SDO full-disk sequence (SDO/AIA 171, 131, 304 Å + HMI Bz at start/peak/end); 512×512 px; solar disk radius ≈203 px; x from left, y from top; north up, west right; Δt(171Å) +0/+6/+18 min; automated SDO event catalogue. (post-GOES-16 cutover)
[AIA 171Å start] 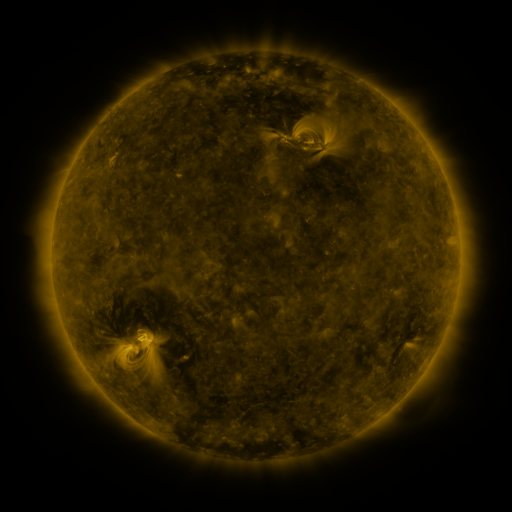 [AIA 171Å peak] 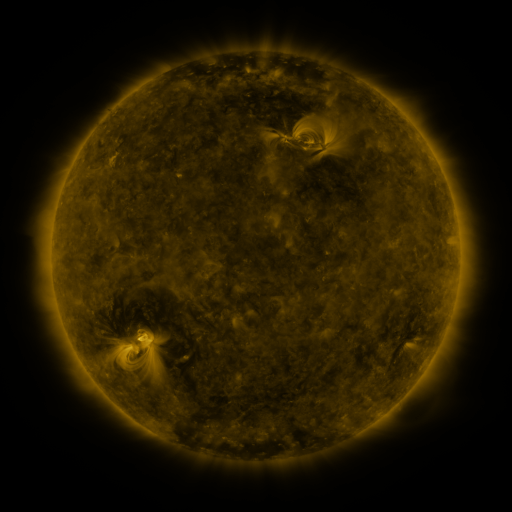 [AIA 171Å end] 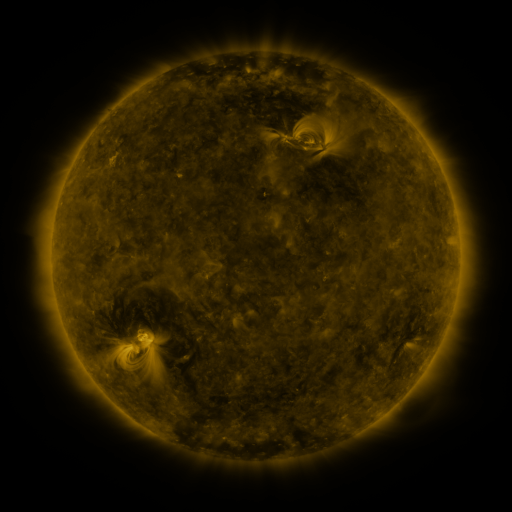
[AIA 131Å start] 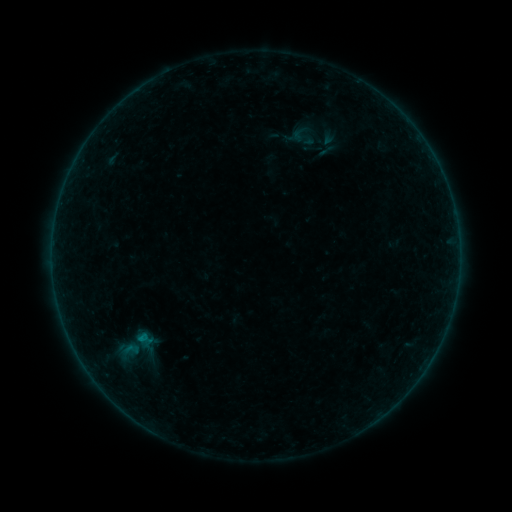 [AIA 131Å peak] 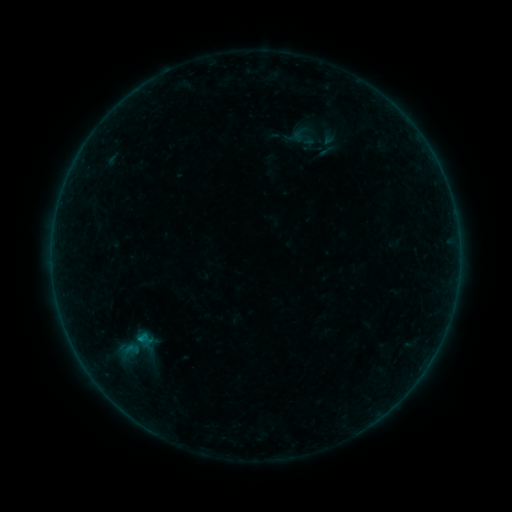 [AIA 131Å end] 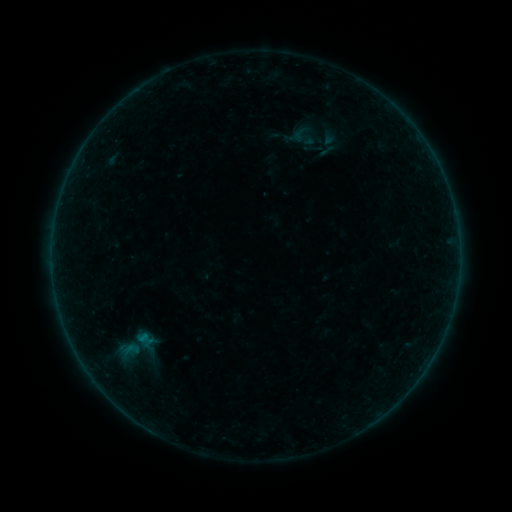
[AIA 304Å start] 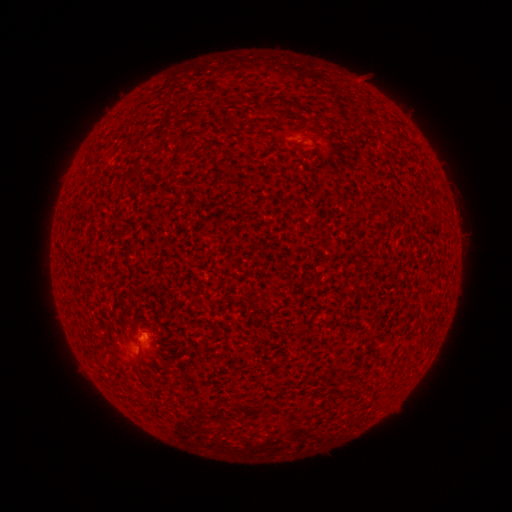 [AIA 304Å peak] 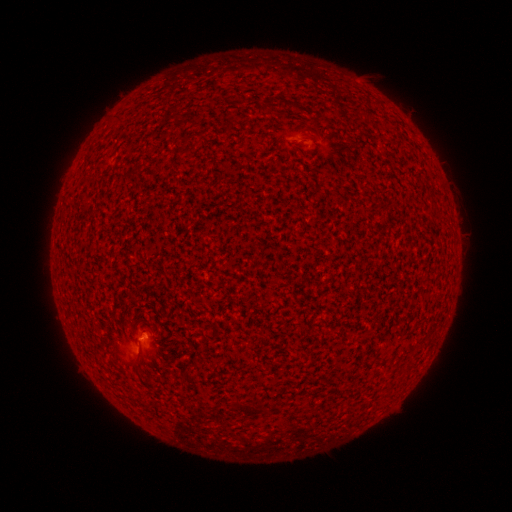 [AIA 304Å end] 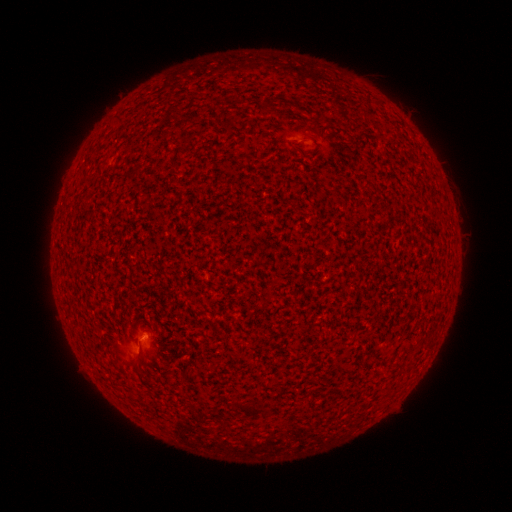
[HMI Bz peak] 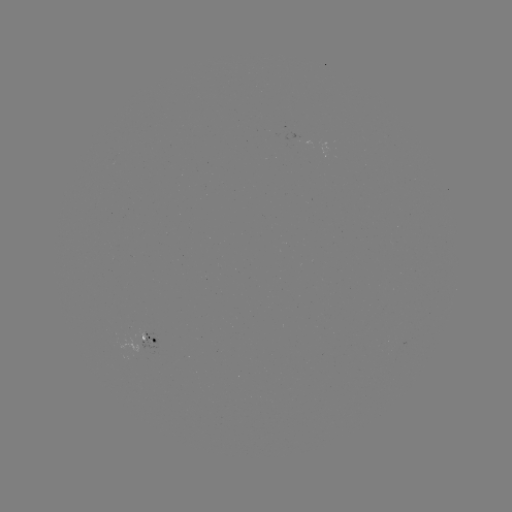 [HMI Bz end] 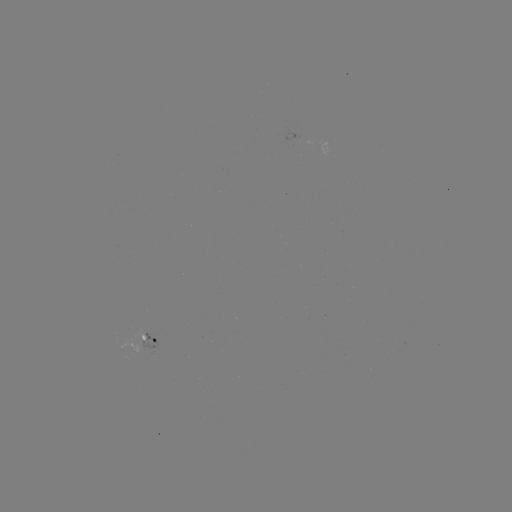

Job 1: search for B1.1 flare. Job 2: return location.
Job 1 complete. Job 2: [141, 339].